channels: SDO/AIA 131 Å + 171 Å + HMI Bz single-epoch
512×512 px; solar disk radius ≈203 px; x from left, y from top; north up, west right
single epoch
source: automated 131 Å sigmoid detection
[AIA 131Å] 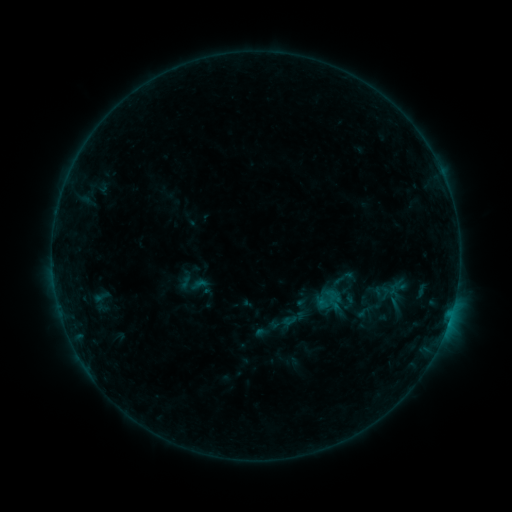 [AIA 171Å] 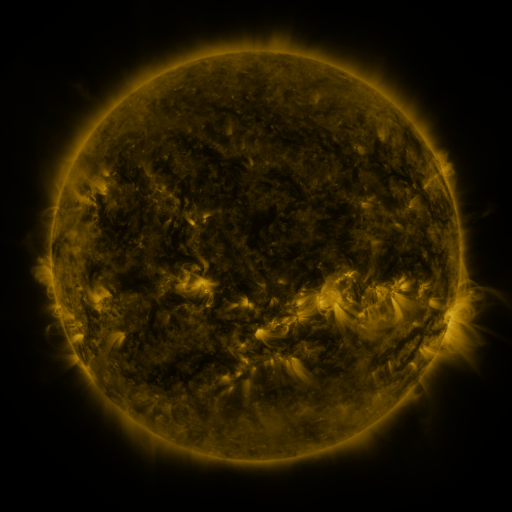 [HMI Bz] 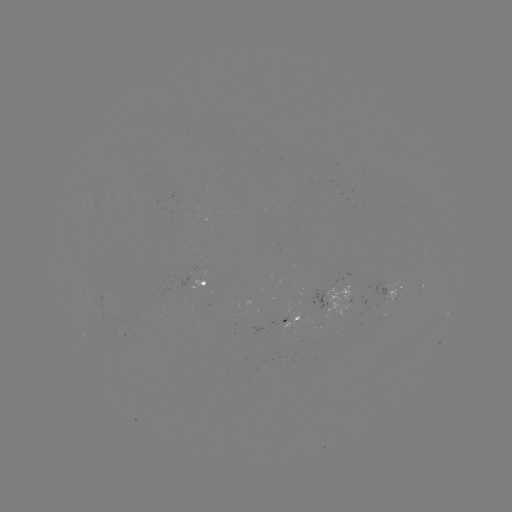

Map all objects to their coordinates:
sigmoid: (282, 313, 297, 328)
